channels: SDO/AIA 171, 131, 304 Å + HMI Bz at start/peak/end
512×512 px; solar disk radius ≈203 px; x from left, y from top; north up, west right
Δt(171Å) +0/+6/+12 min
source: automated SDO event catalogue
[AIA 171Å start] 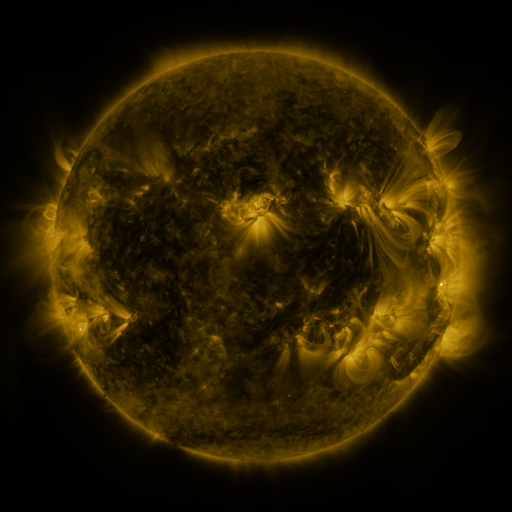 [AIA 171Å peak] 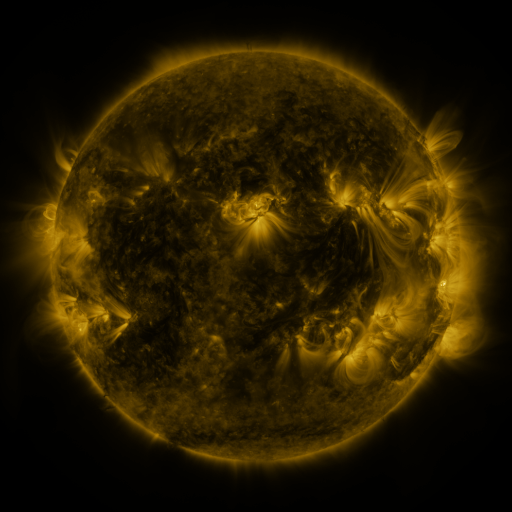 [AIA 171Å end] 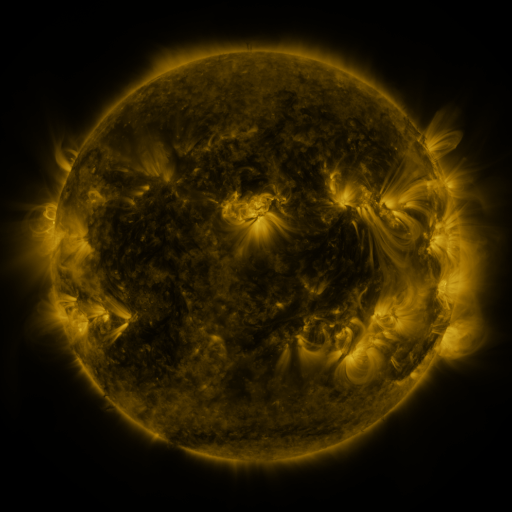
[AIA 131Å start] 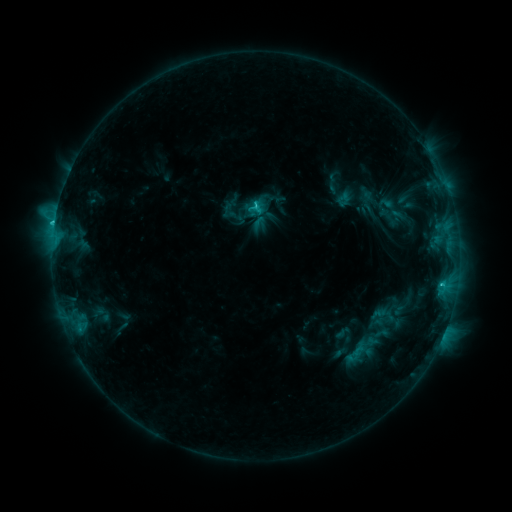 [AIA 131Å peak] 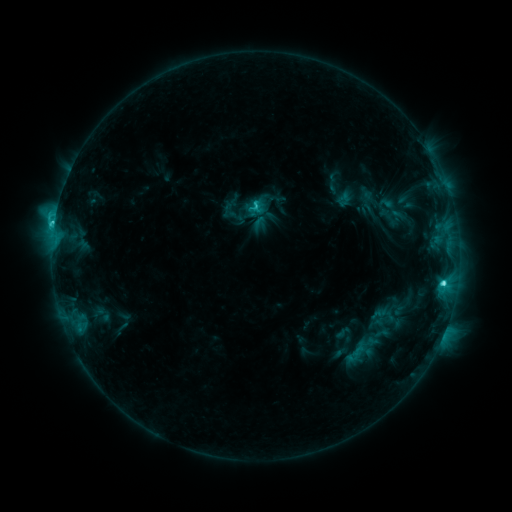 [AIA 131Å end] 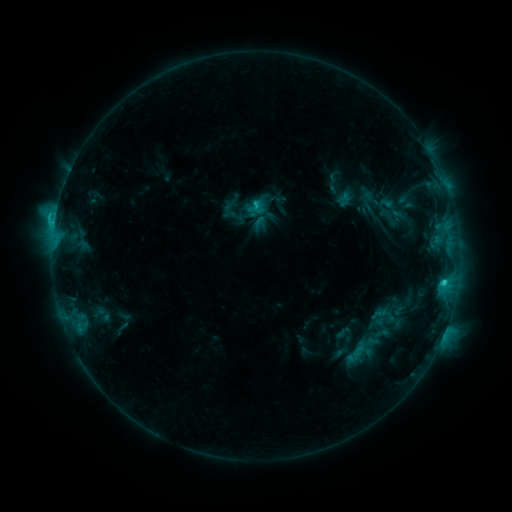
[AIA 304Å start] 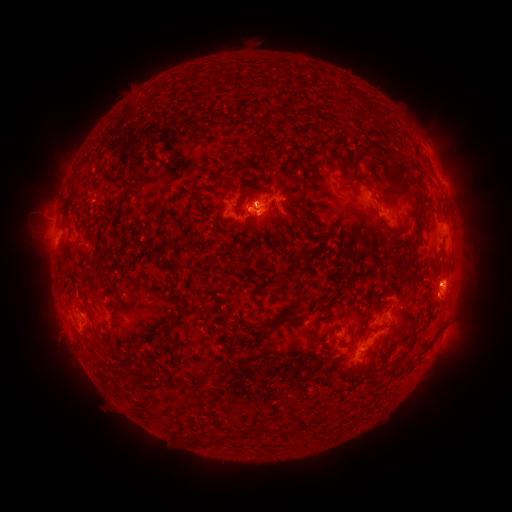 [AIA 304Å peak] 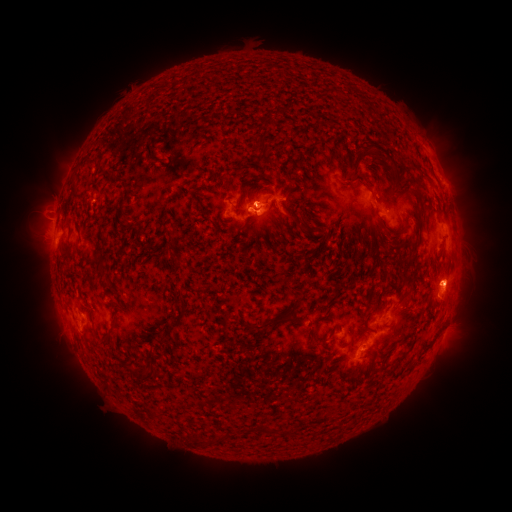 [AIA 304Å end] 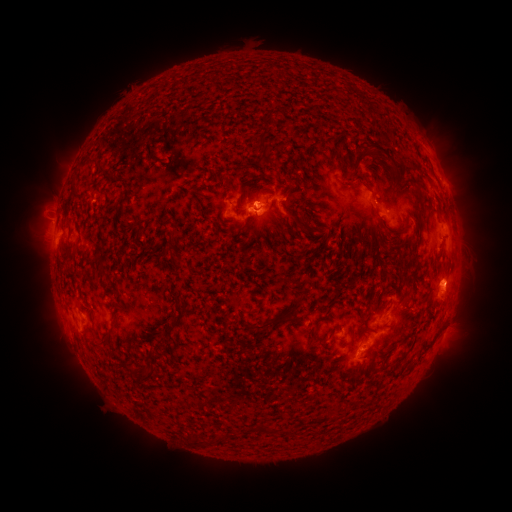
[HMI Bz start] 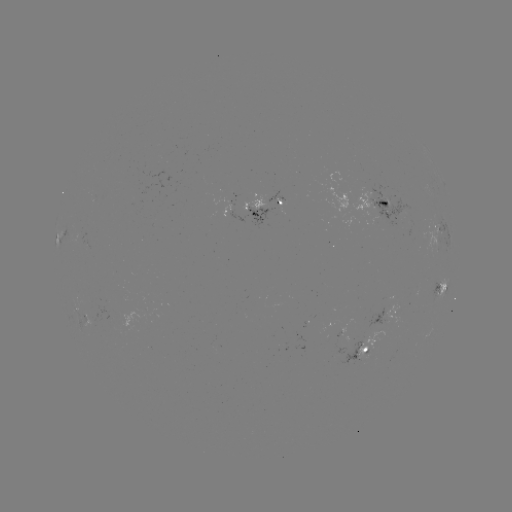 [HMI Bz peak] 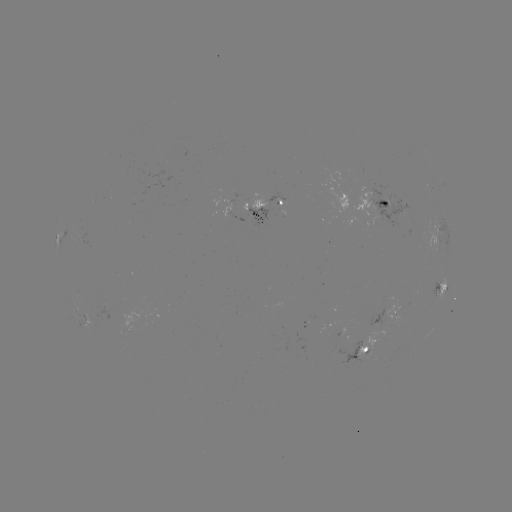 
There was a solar flare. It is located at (442, 281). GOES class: C4.0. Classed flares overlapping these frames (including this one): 1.